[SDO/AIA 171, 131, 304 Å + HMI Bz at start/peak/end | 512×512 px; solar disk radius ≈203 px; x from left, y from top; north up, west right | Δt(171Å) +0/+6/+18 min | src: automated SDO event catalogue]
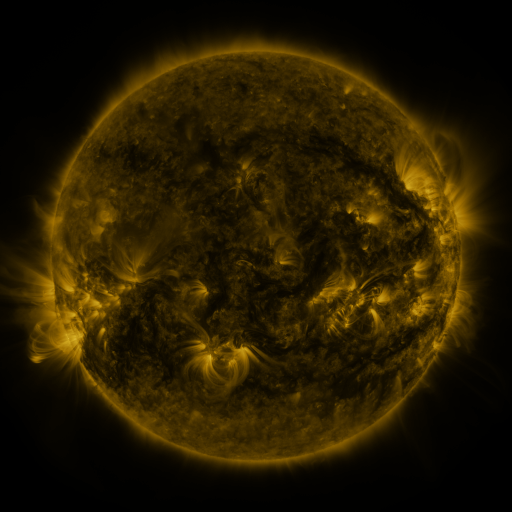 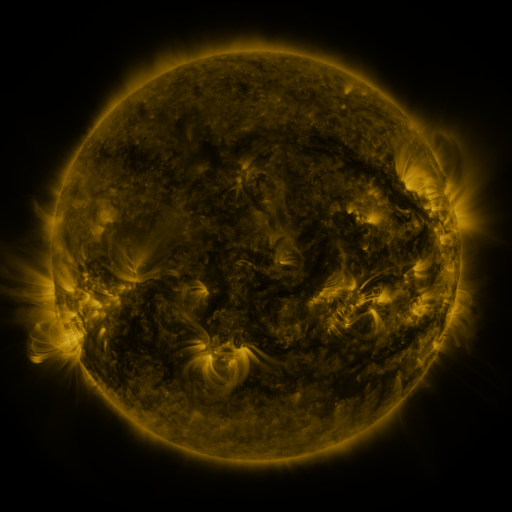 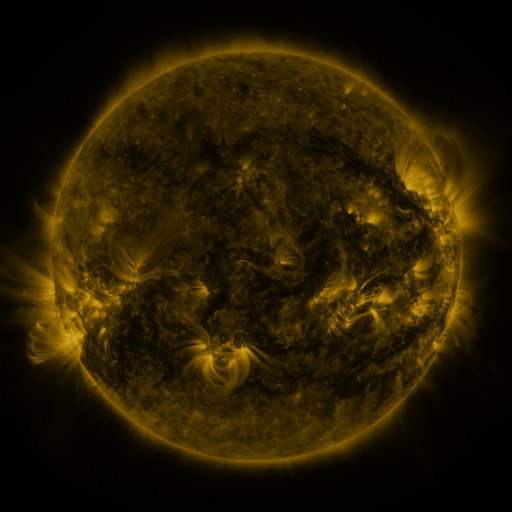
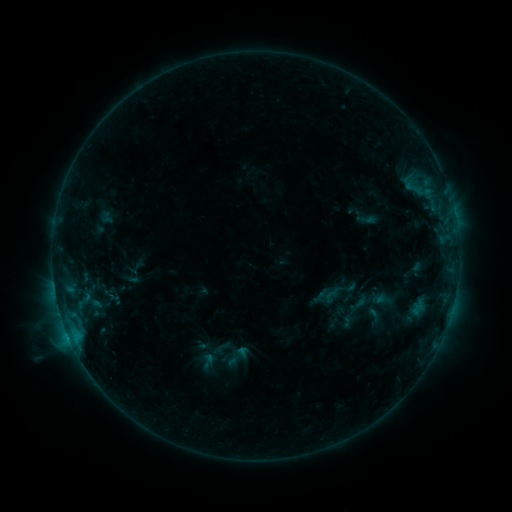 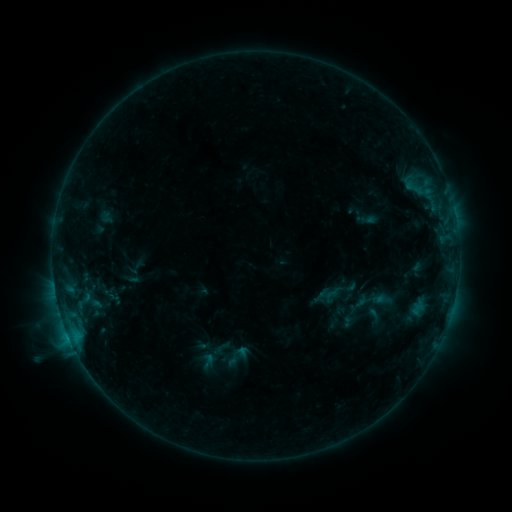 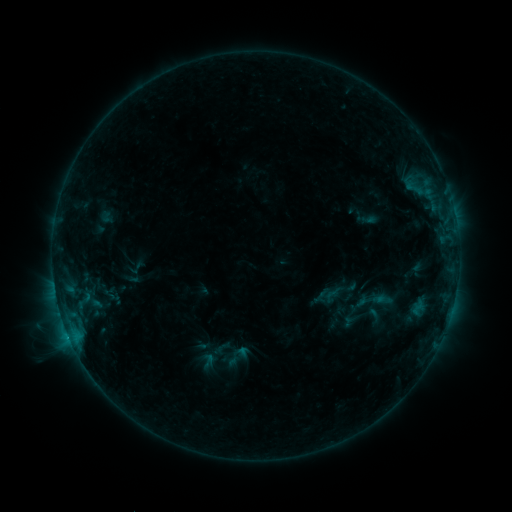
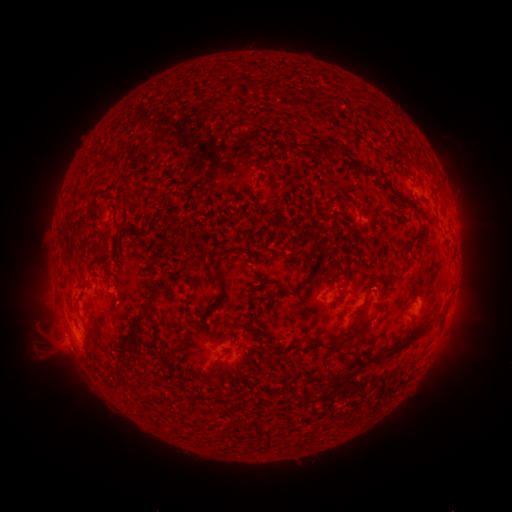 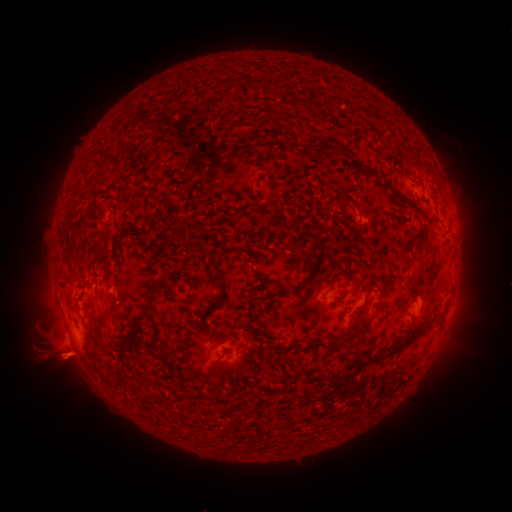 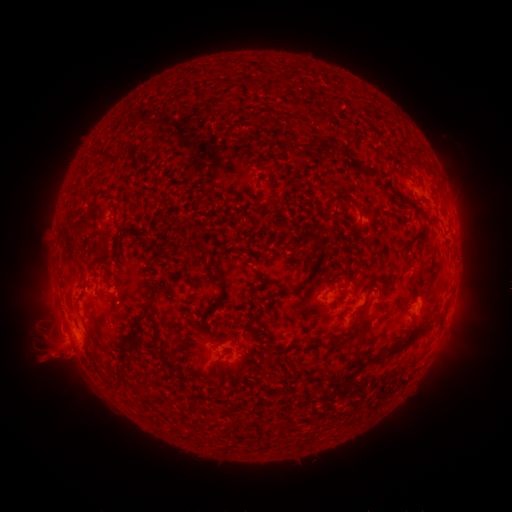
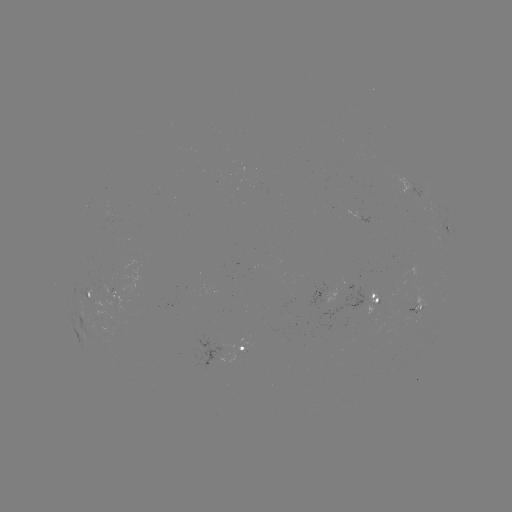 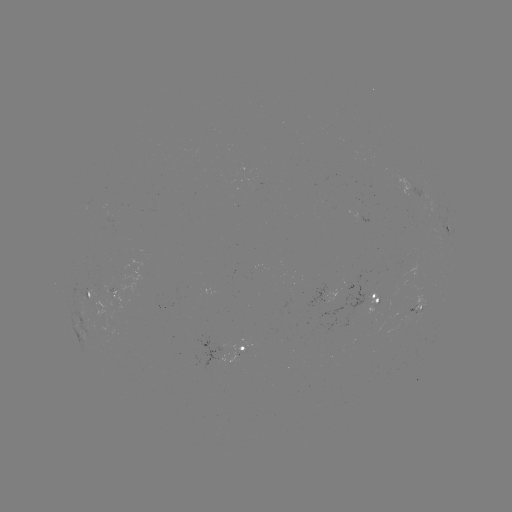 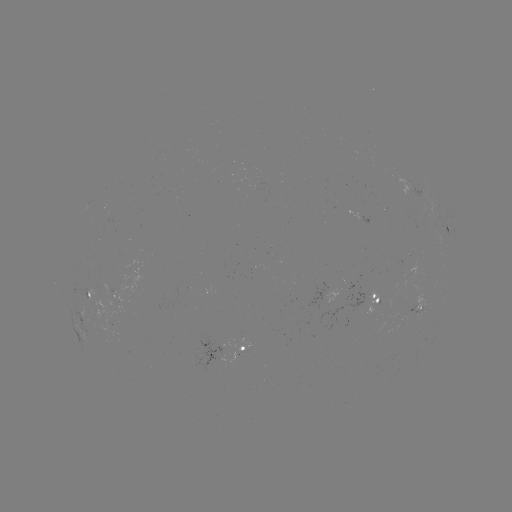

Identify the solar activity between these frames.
eruption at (61, 361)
